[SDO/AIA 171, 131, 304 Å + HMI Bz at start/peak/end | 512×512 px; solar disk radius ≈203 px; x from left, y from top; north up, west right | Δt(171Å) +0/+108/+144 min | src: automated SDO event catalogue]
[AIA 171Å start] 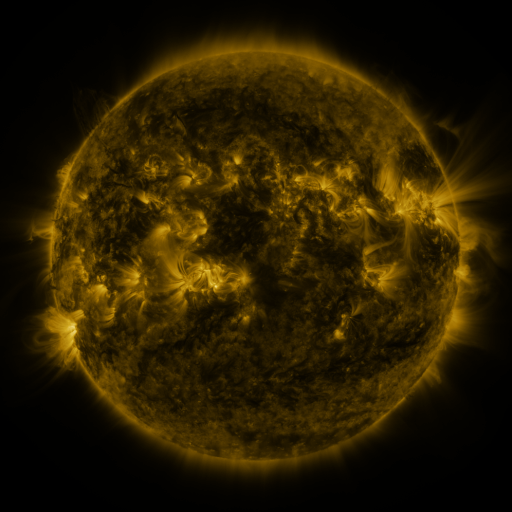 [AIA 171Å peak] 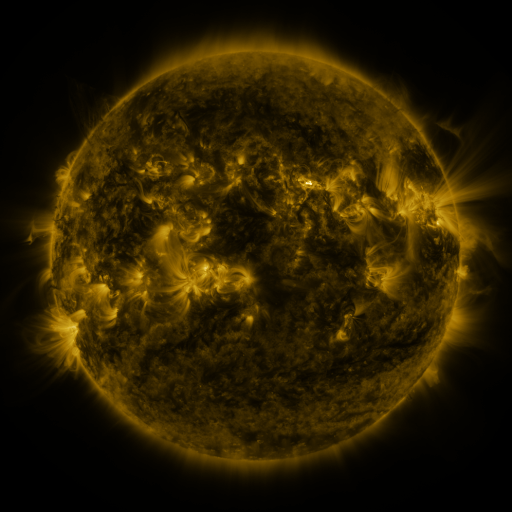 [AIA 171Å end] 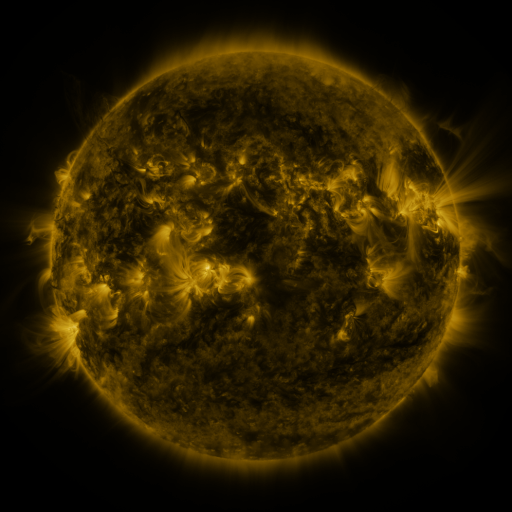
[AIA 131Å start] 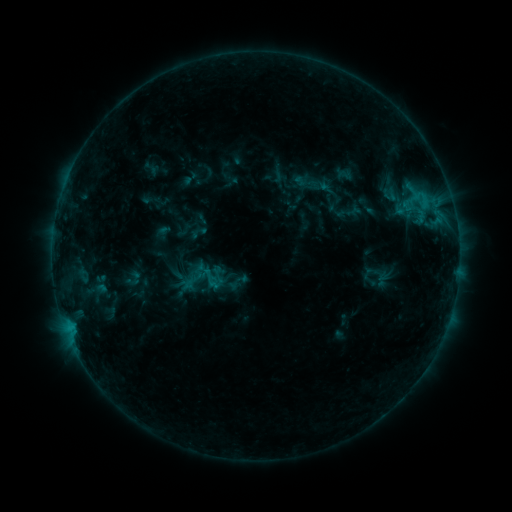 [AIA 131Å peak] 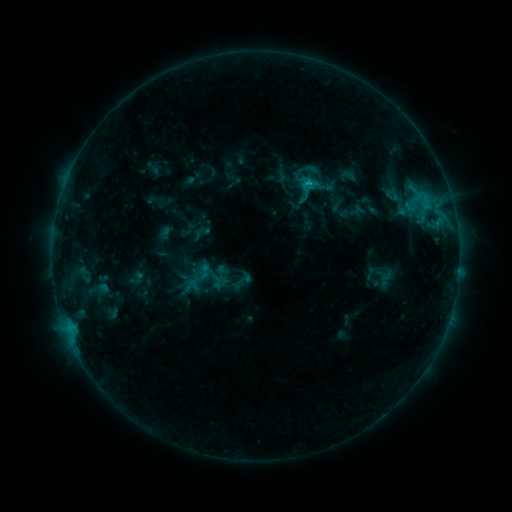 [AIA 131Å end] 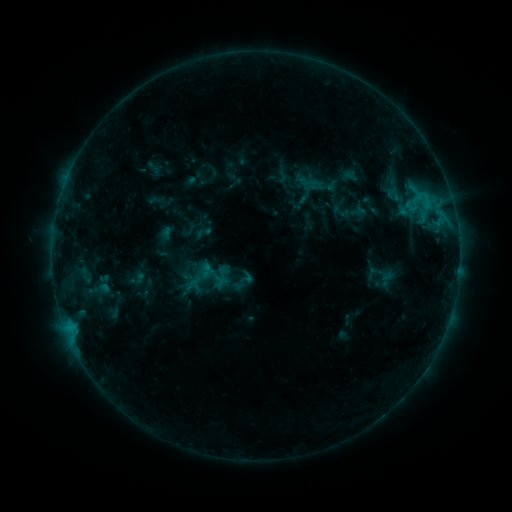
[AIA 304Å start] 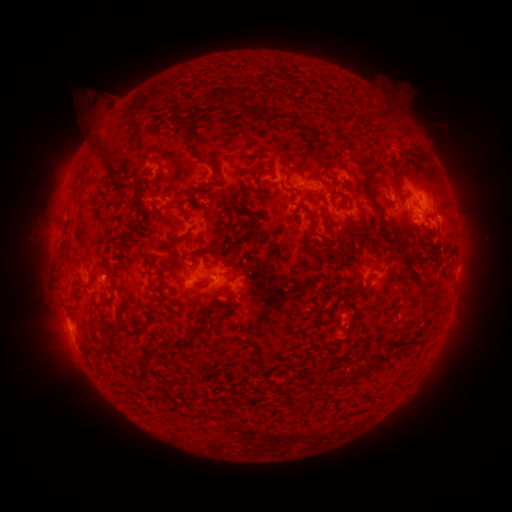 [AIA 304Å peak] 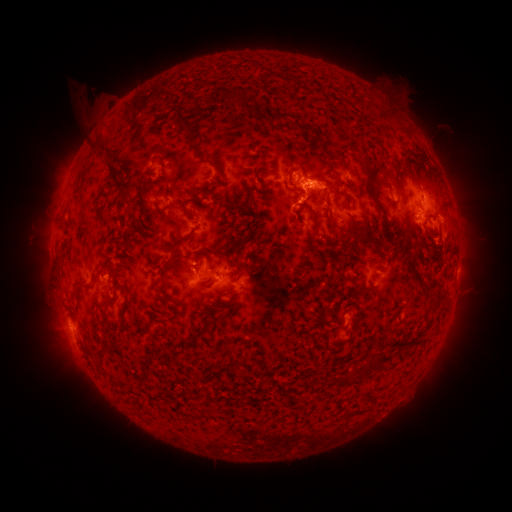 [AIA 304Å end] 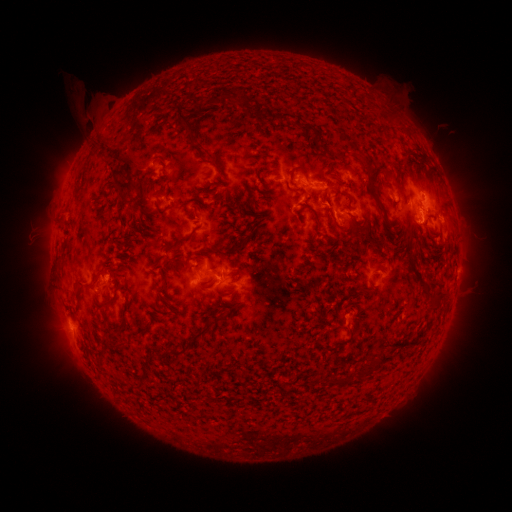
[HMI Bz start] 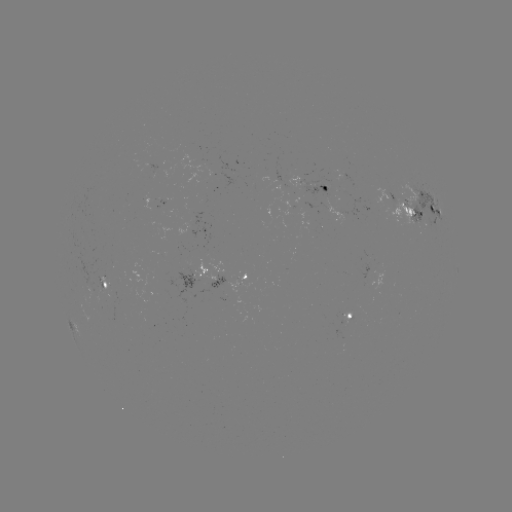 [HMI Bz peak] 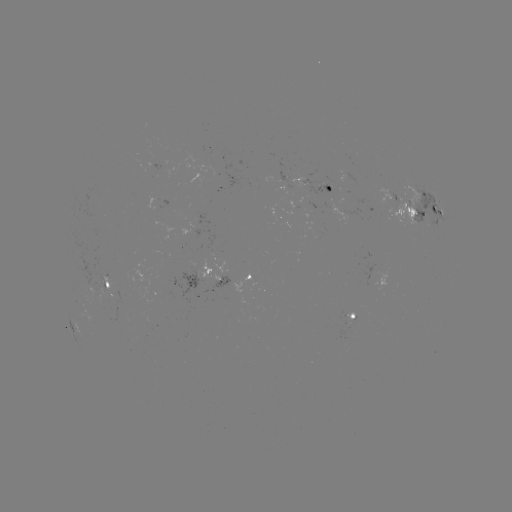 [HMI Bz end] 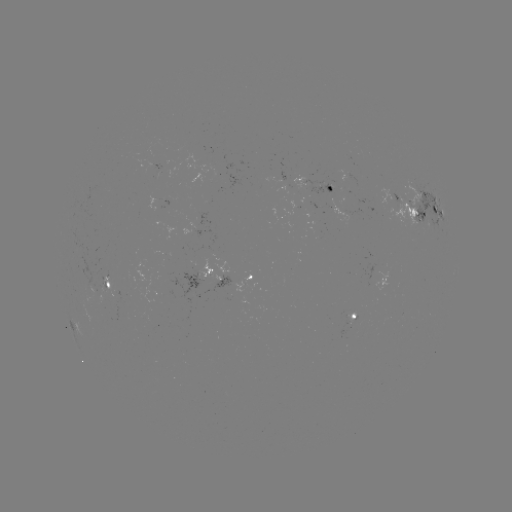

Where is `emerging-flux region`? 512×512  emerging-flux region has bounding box [300, 180, 335, 198].